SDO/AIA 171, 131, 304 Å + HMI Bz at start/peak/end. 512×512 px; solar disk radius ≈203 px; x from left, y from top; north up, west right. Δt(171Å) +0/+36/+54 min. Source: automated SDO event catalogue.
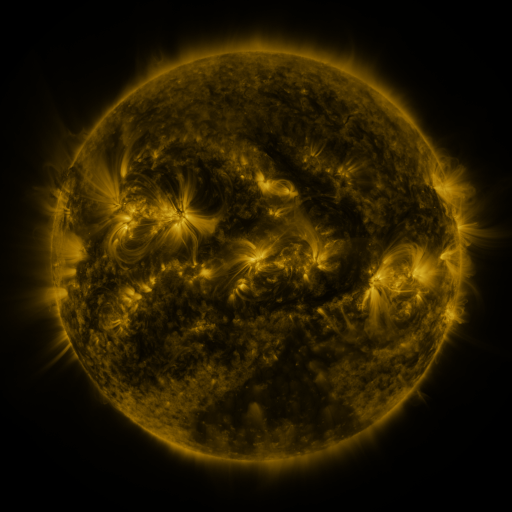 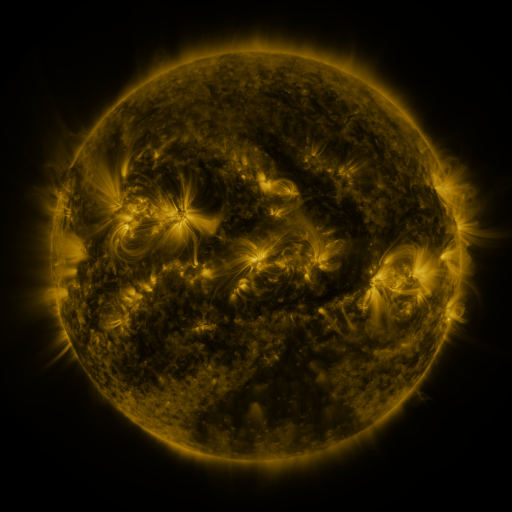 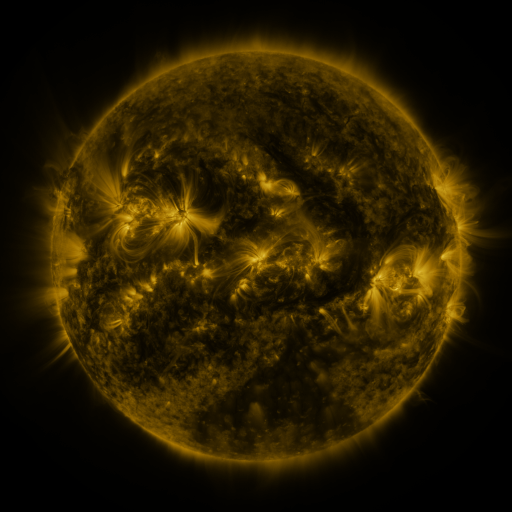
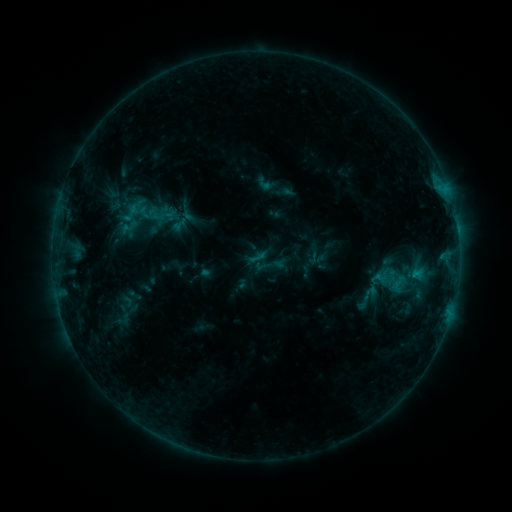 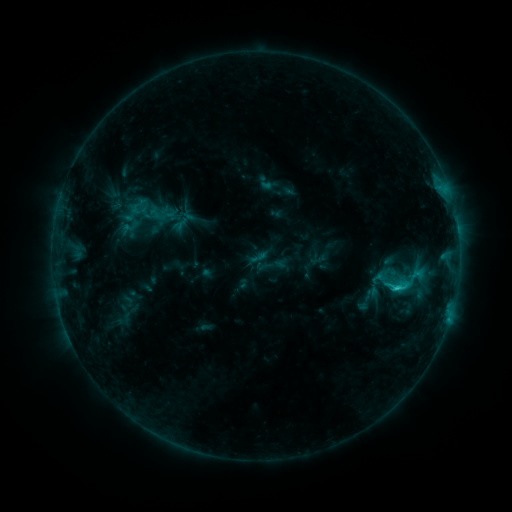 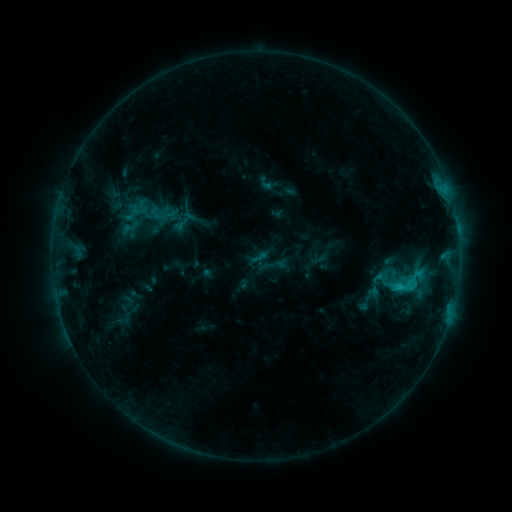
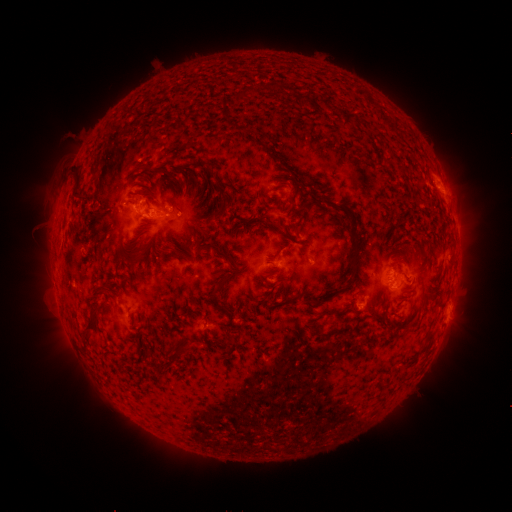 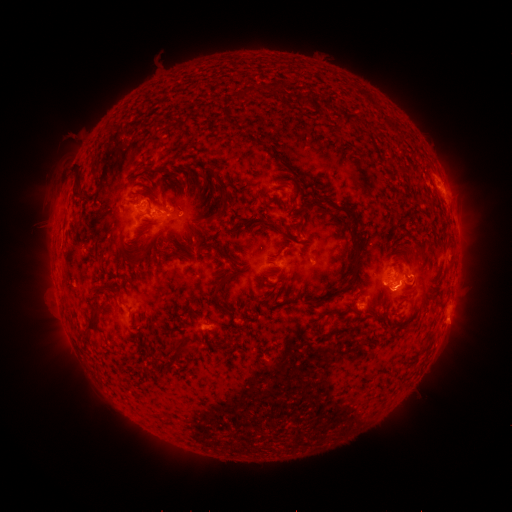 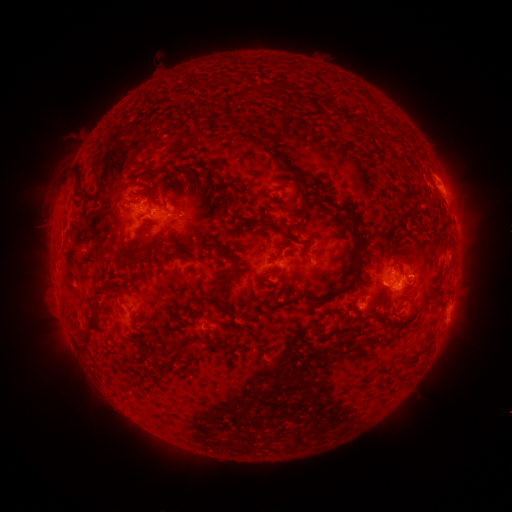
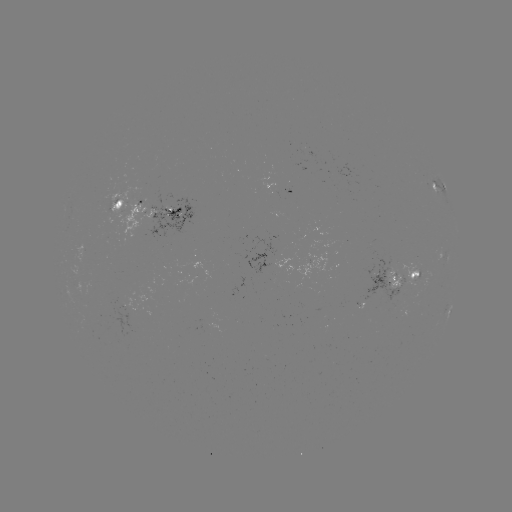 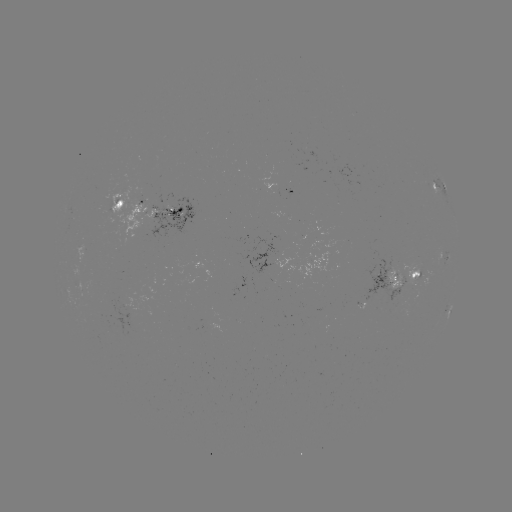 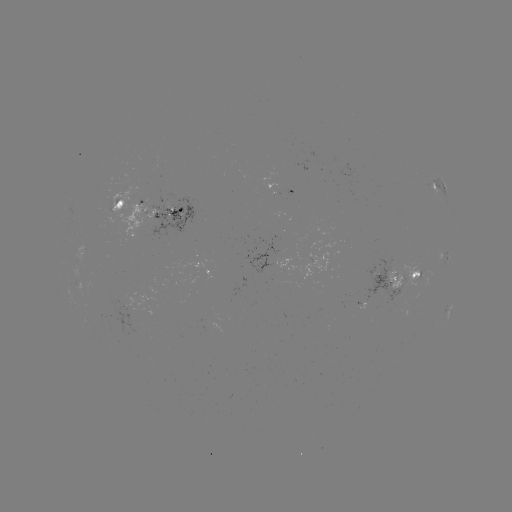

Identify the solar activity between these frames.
C2.8 flare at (396, 286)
